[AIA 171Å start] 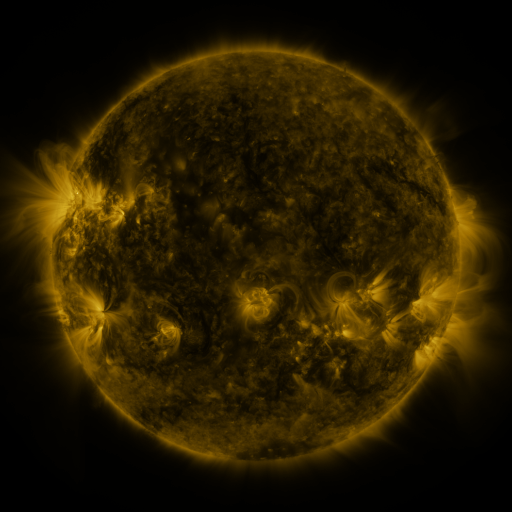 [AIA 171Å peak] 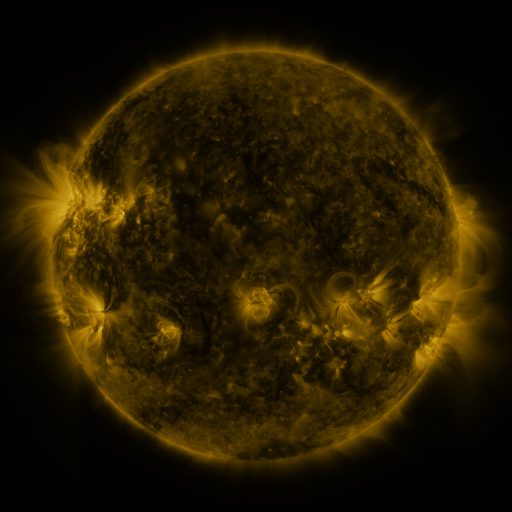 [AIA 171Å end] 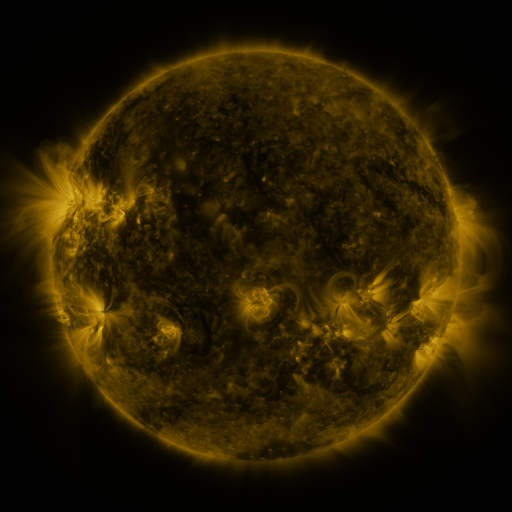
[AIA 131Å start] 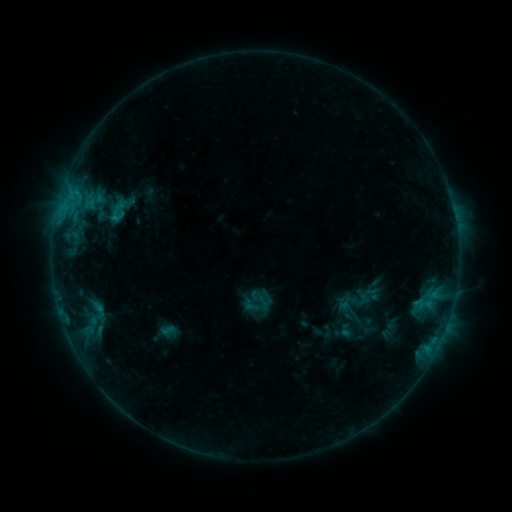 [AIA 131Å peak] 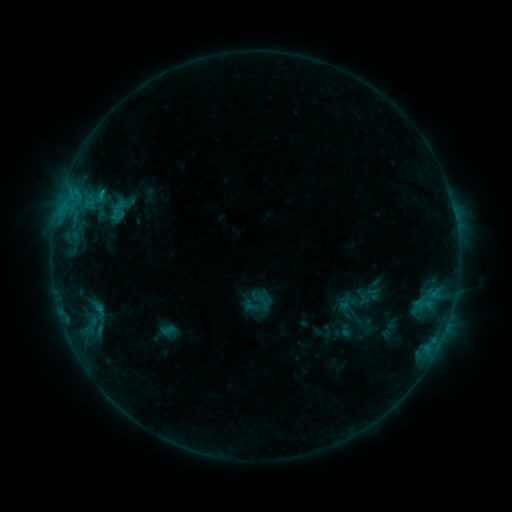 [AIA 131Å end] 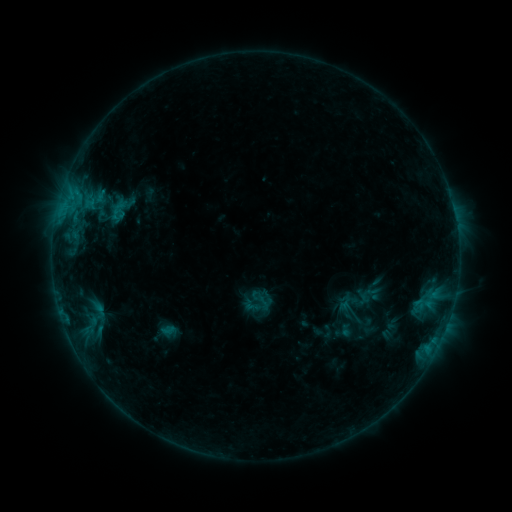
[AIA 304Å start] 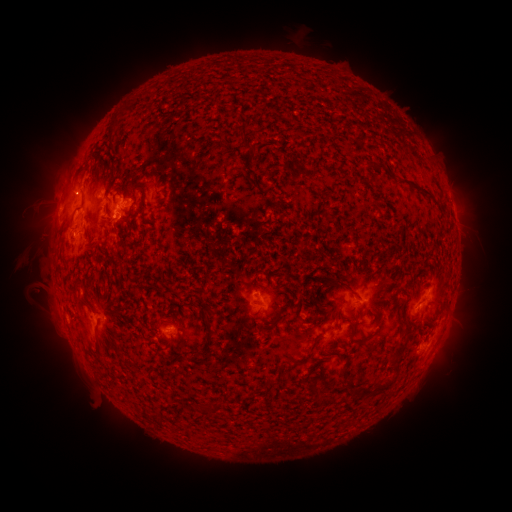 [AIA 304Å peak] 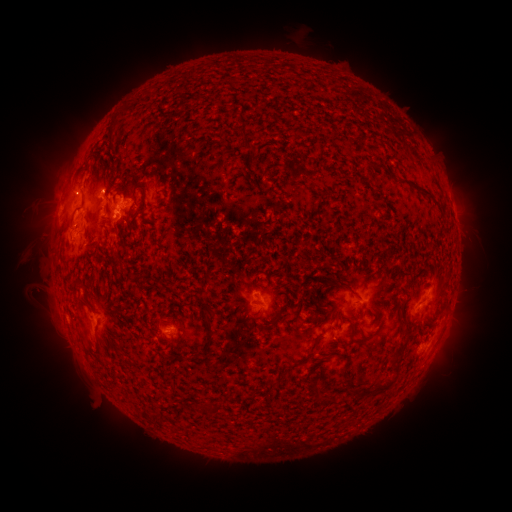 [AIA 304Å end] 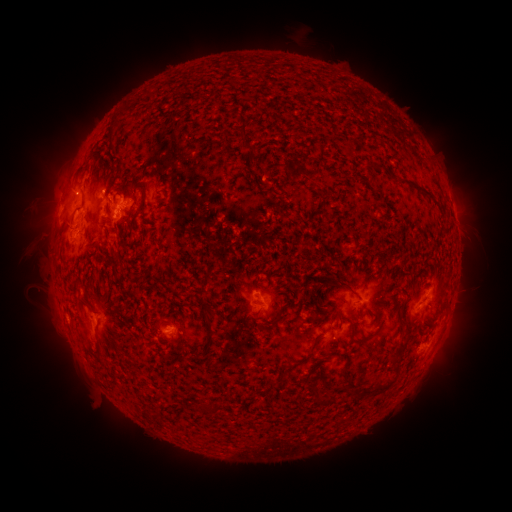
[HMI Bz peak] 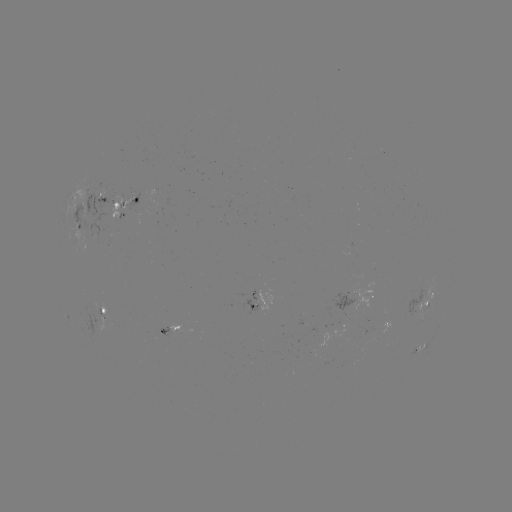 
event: eruption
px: (108, 180)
